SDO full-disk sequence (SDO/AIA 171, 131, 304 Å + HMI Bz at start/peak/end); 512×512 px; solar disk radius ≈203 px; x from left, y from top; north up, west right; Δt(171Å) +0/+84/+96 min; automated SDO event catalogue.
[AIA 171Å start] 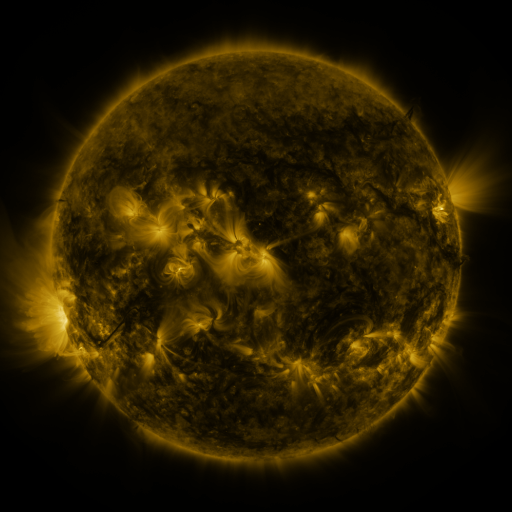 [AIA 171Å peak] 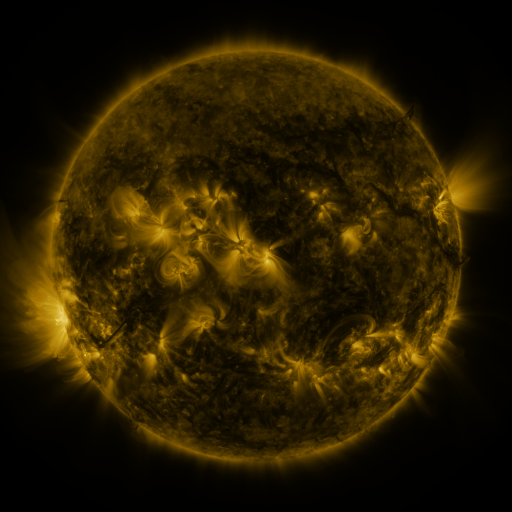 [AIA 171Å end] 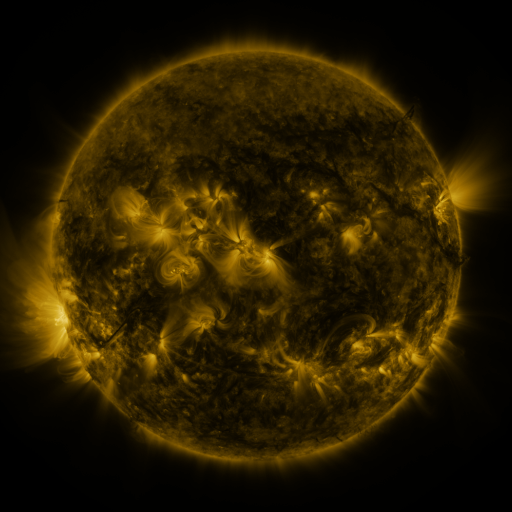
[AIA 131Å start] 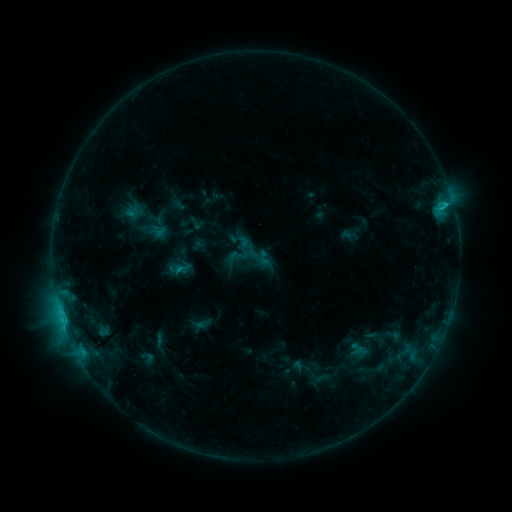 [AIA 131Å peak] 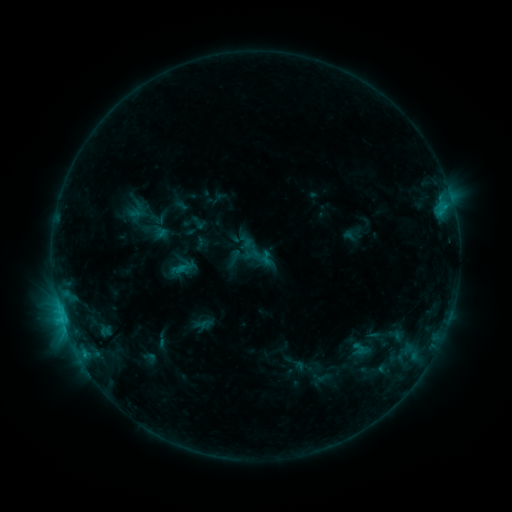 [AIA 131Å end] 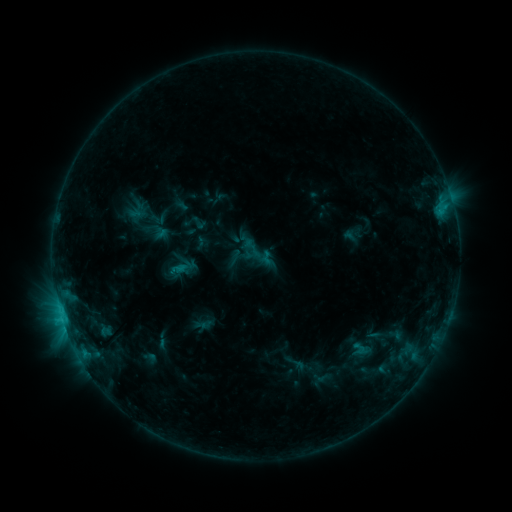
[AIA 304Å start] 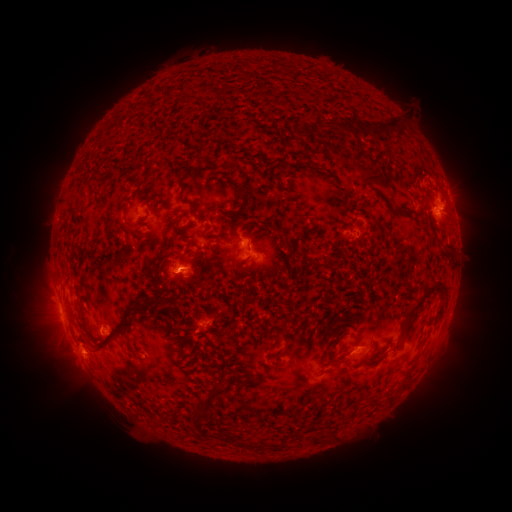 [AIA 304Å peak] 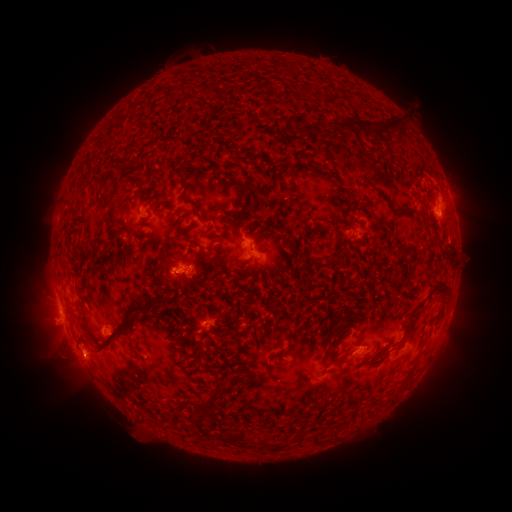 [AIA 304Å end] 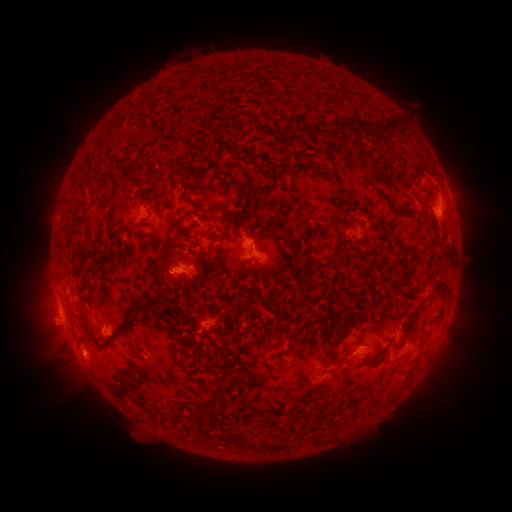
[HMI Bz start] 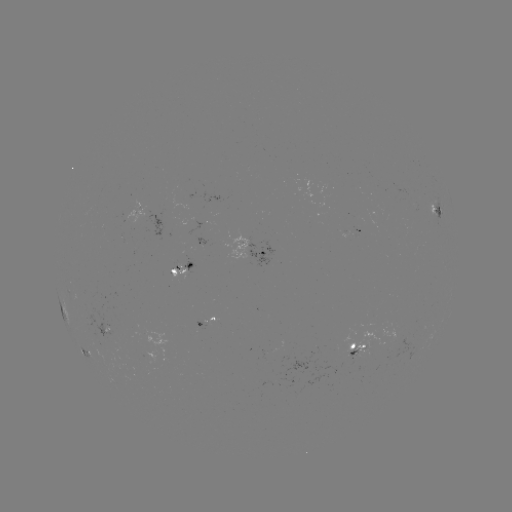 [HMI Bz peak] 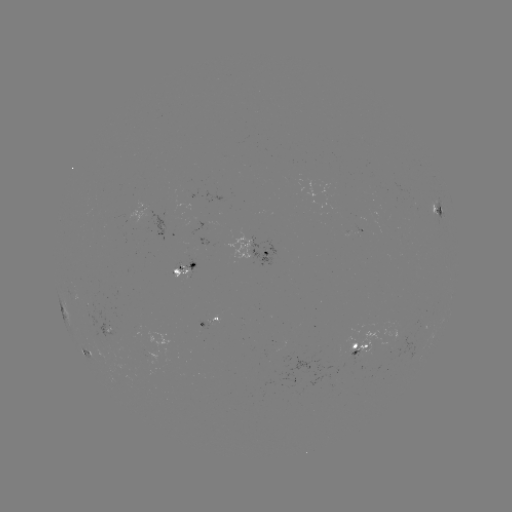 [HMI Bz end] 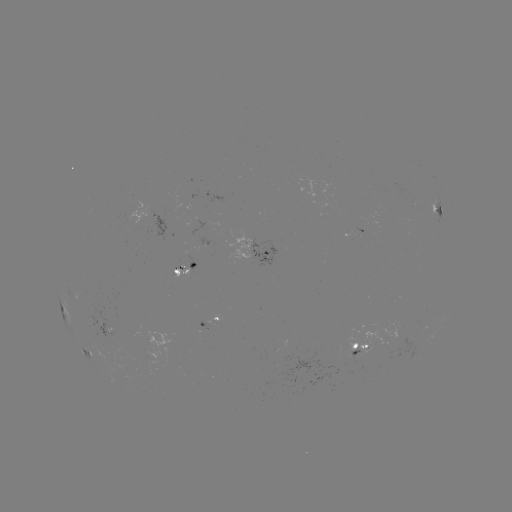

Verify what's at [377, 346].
emerging-flux region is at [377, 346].